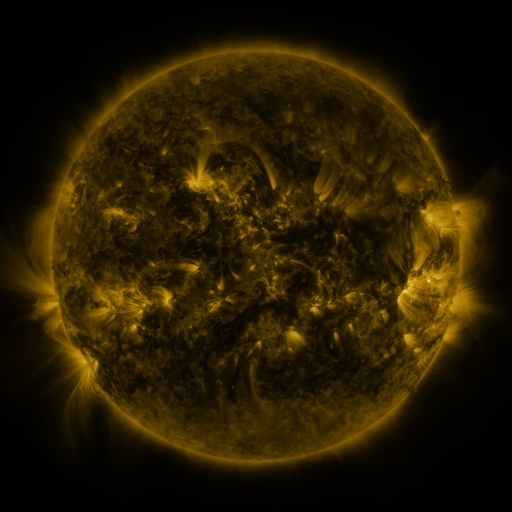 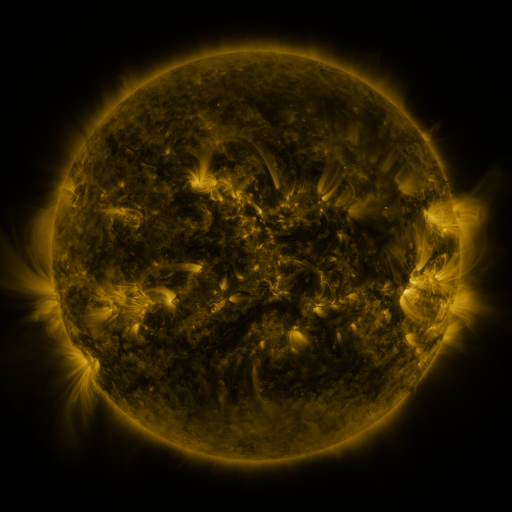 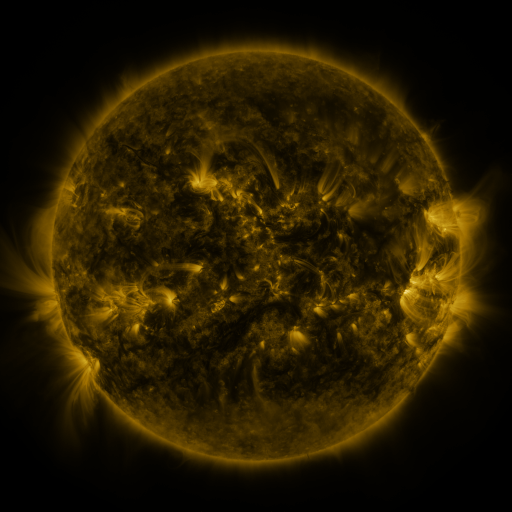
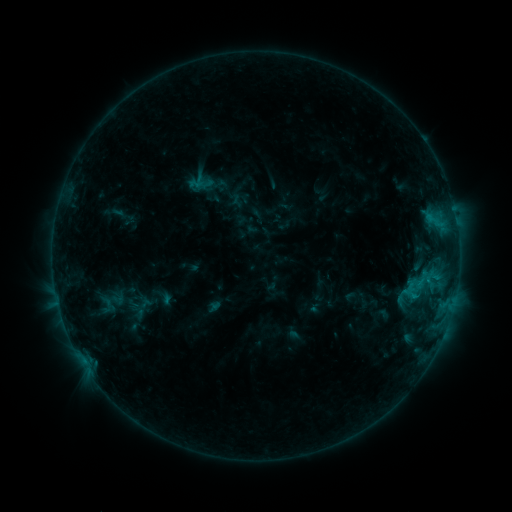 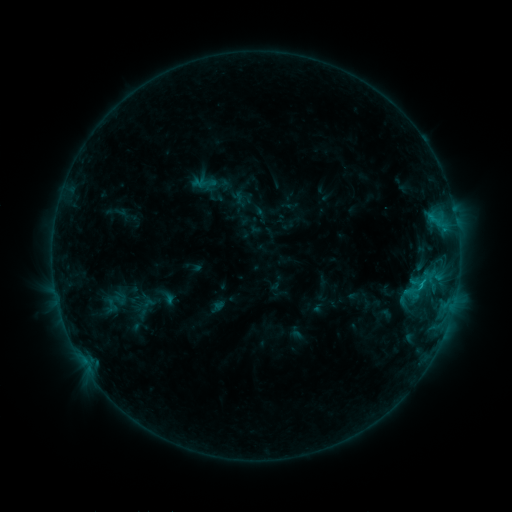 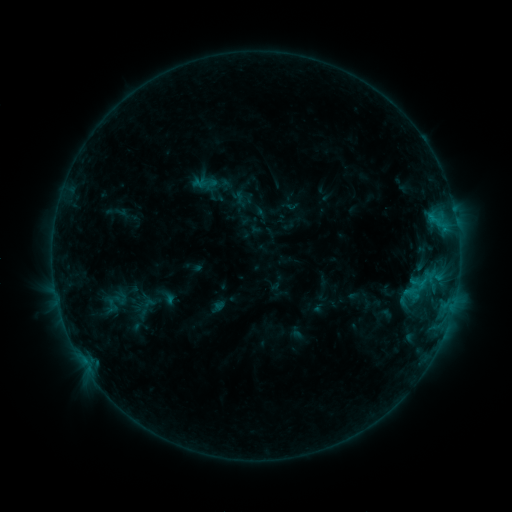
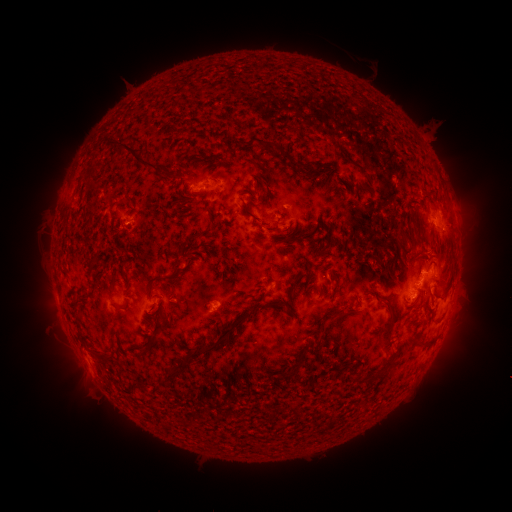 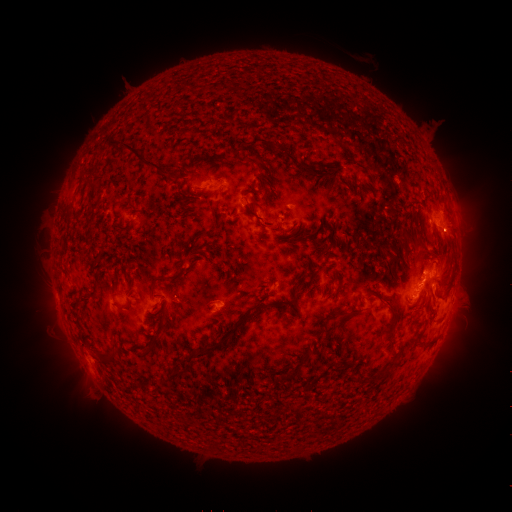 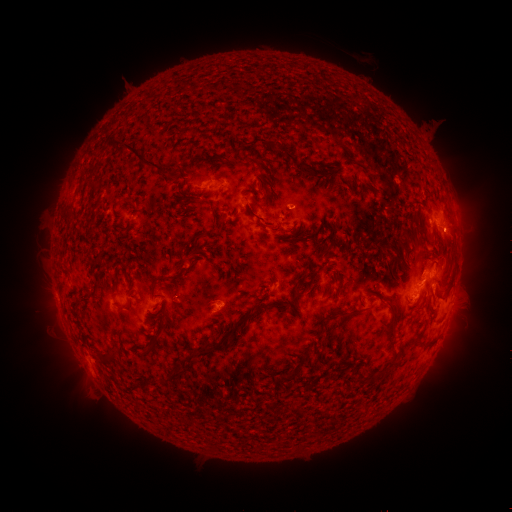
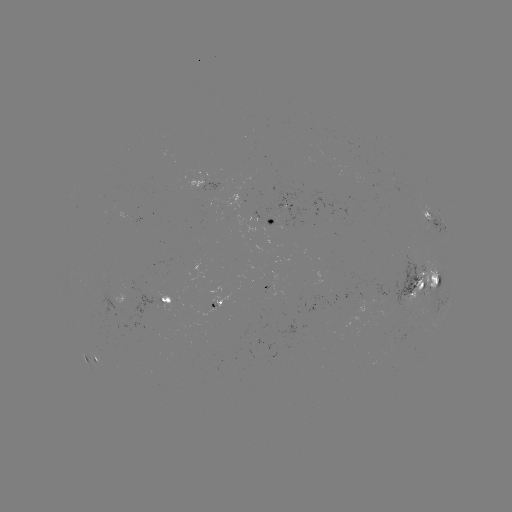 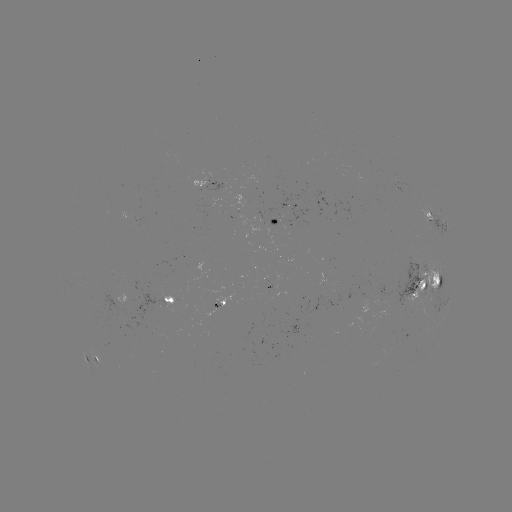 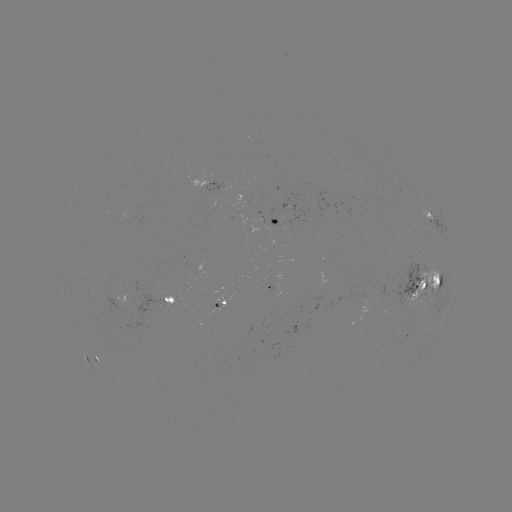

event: emerging-flux region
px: (384, 297)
